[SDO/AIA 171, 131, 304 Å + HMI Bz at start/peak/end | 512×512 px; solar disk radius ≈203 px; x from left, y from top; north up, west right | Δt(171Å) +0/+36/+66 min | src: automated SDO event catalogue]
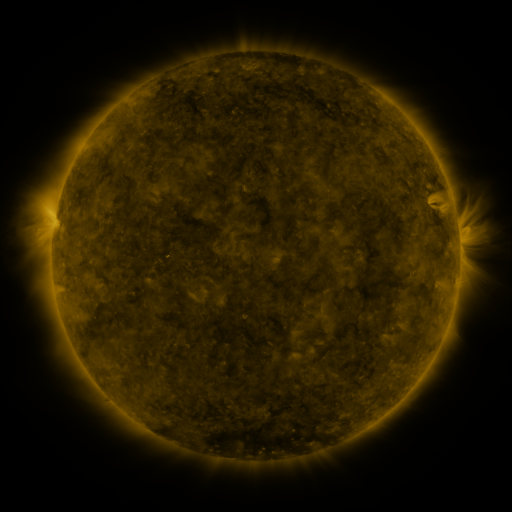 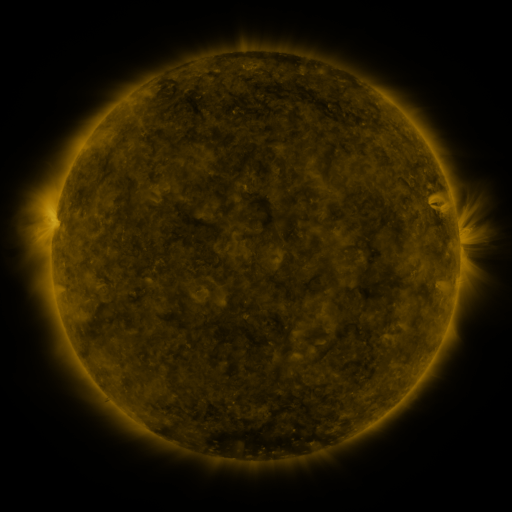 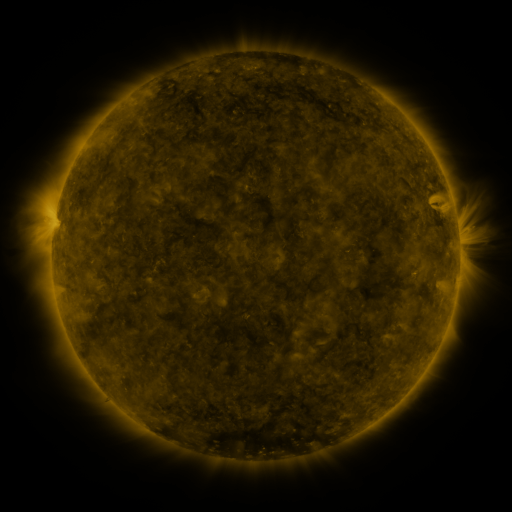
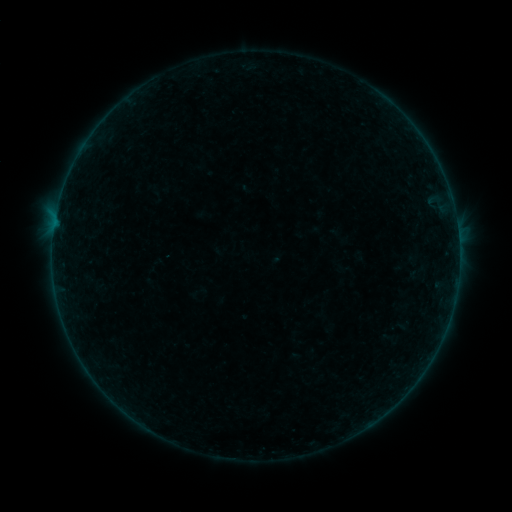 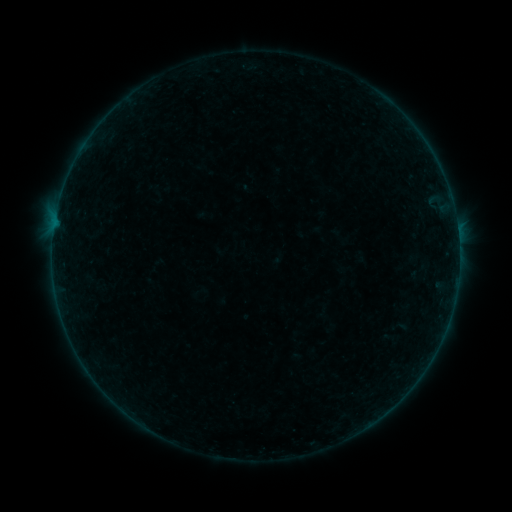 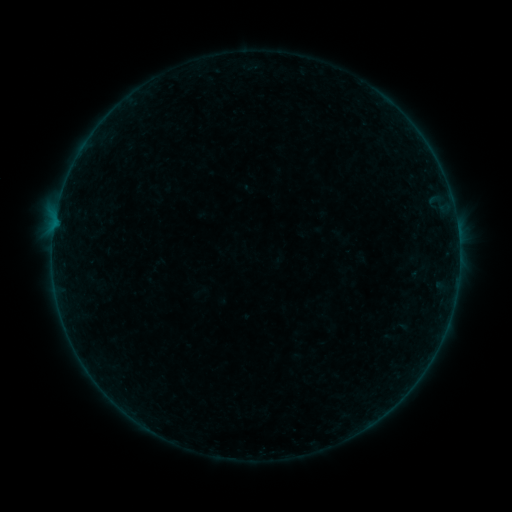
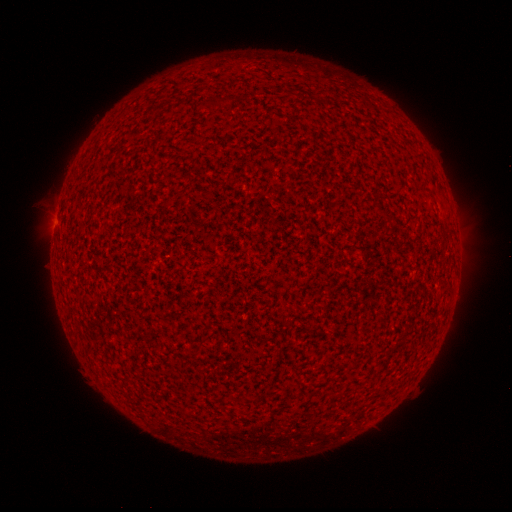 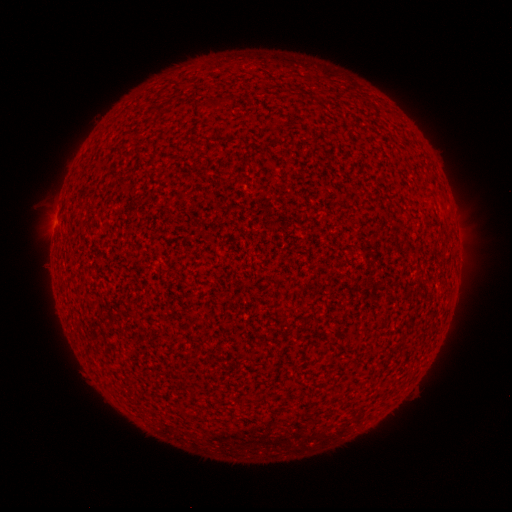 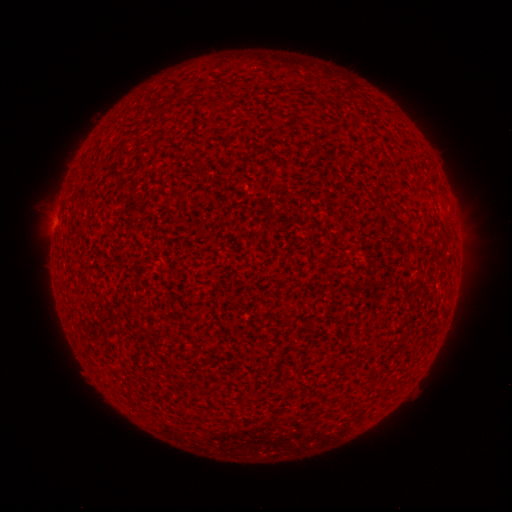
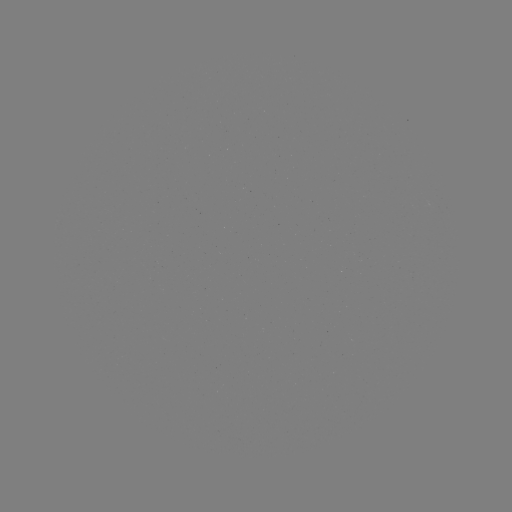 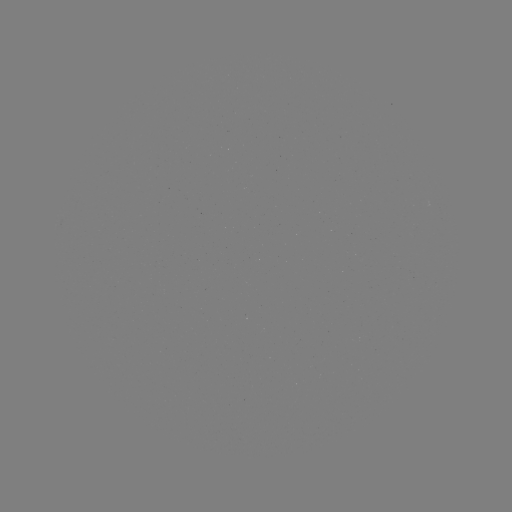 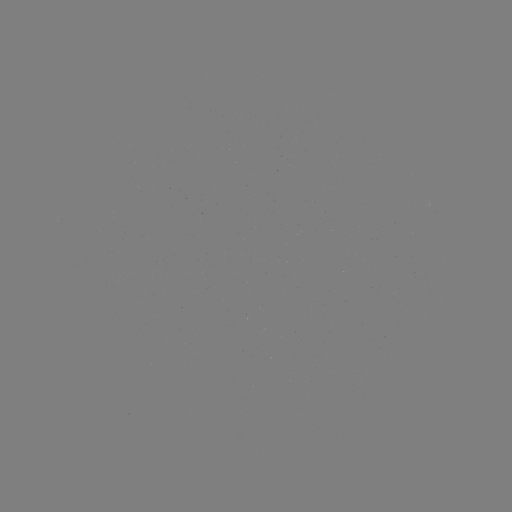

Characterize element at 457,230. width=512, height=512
B1.8 flare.